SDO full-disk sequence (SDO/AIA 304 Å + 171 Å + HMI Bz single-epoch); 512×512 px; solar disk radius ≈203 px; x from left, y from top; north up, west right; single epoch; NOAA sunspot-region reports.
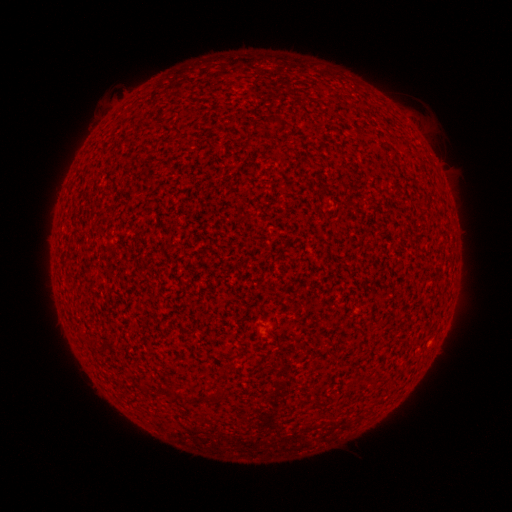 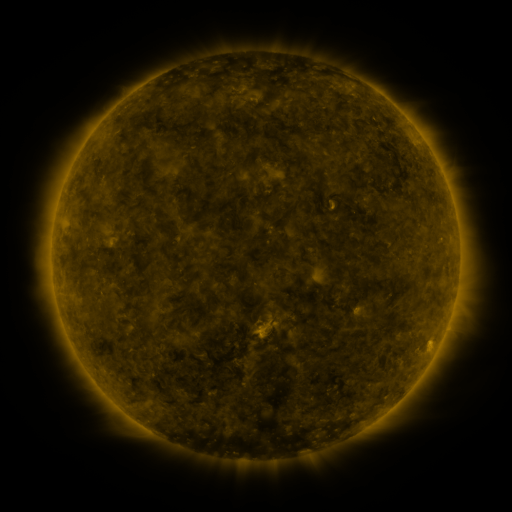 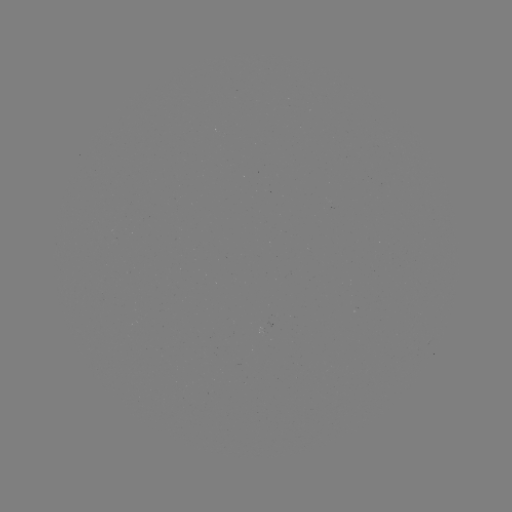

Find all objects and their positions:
(none)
